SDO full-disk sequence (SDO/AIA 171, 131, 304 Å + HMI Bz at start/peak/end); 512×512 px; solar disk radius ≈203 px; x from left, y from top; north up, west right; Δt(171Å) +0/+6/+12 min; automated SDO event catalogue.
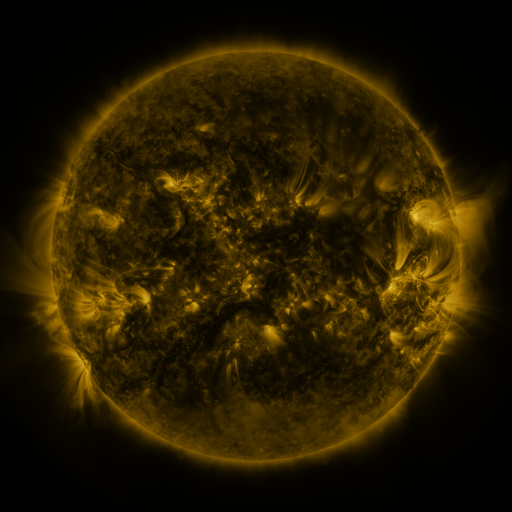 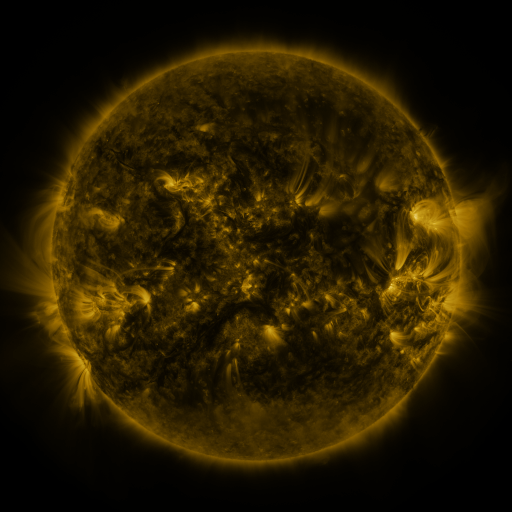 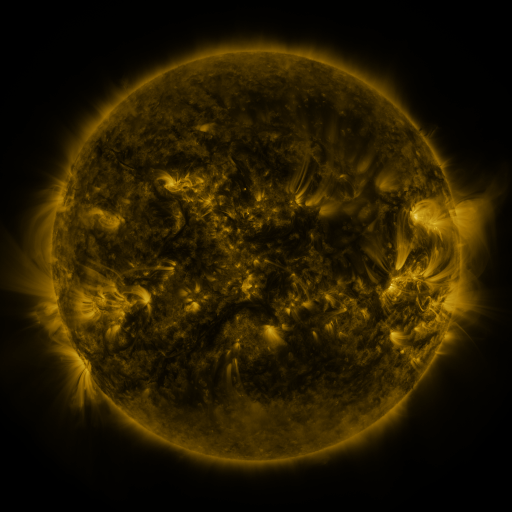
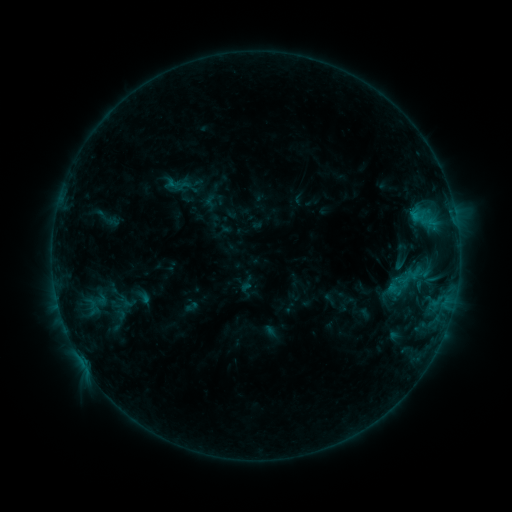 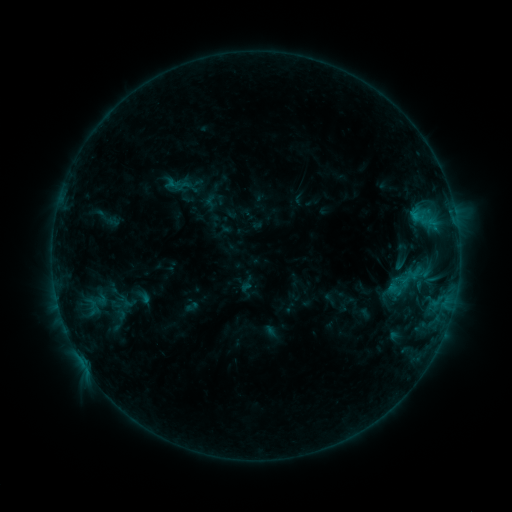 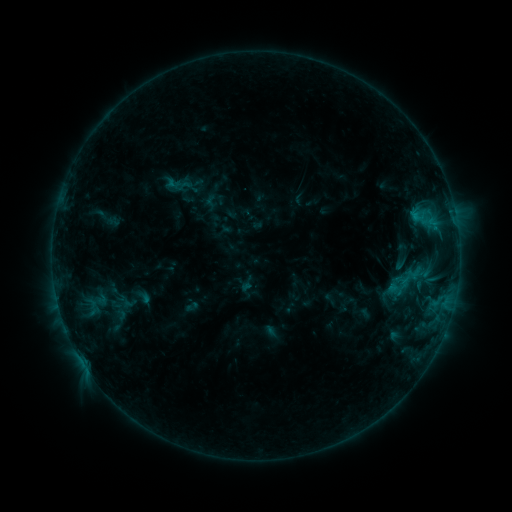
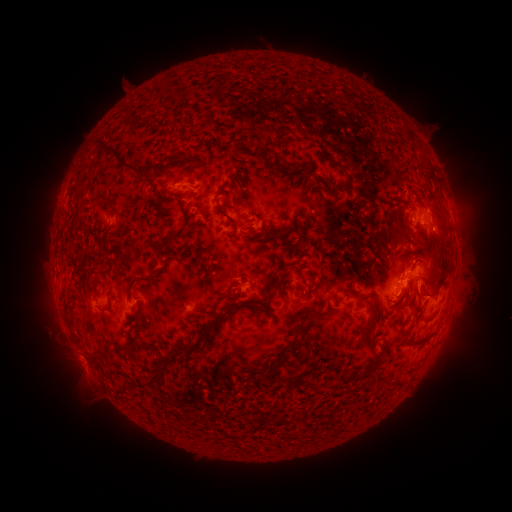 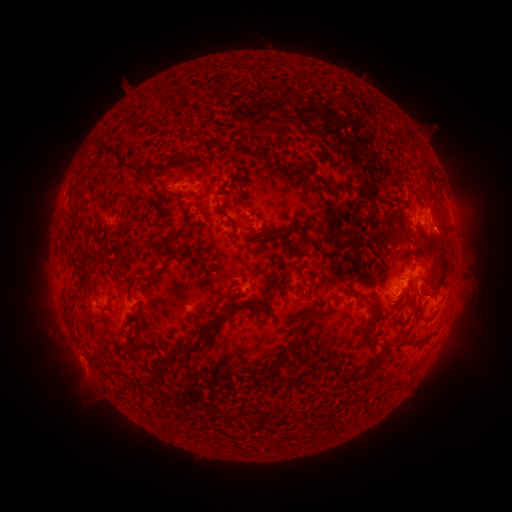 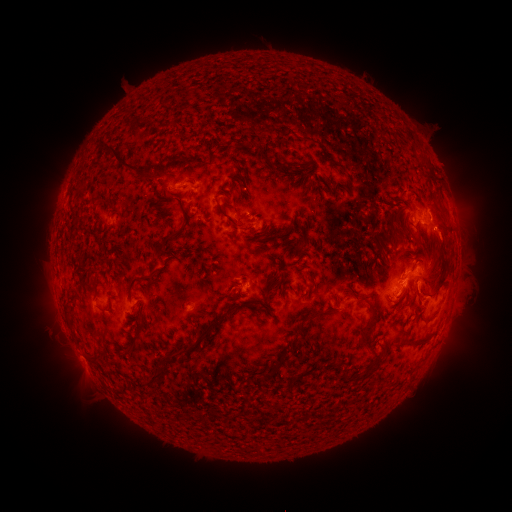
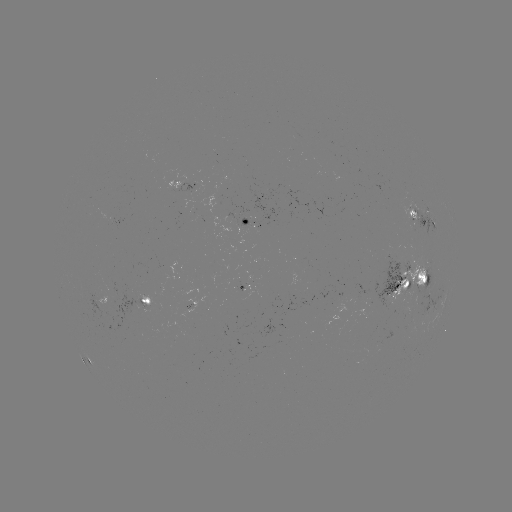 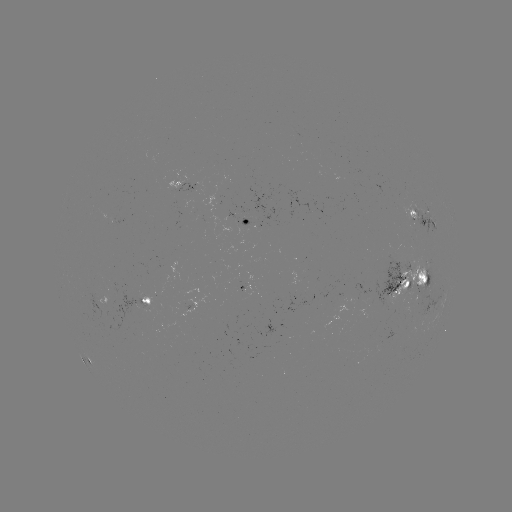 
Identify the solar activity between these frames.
no flare in any classed list; no EUV-trigger detection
